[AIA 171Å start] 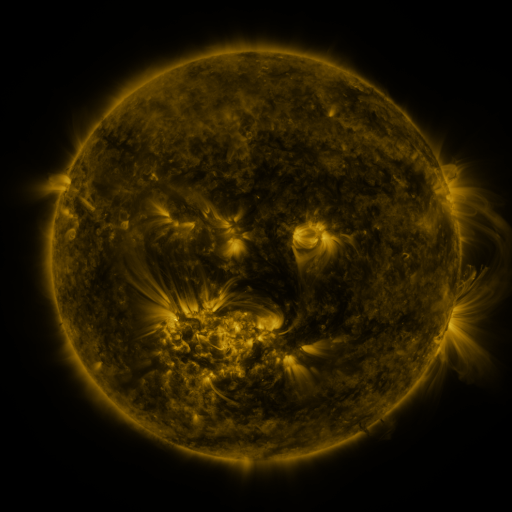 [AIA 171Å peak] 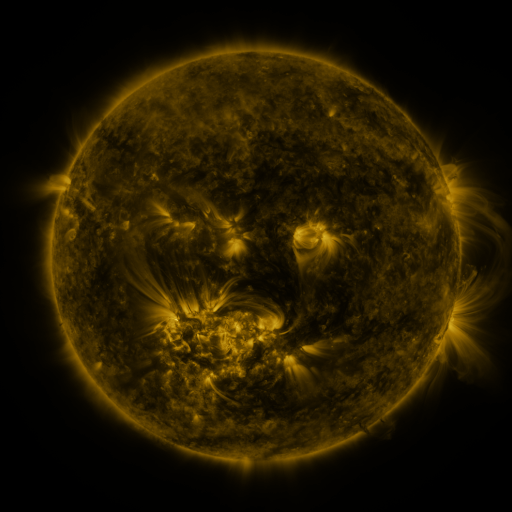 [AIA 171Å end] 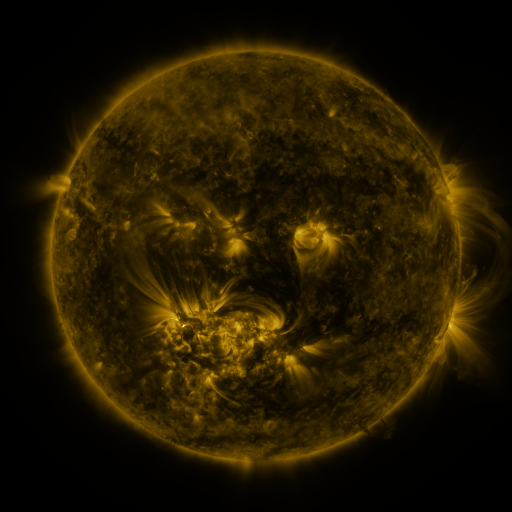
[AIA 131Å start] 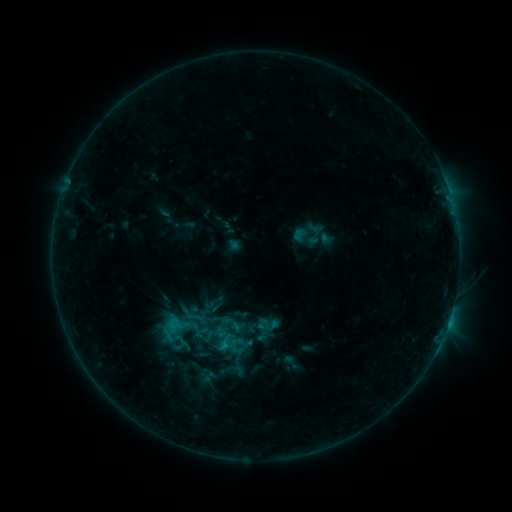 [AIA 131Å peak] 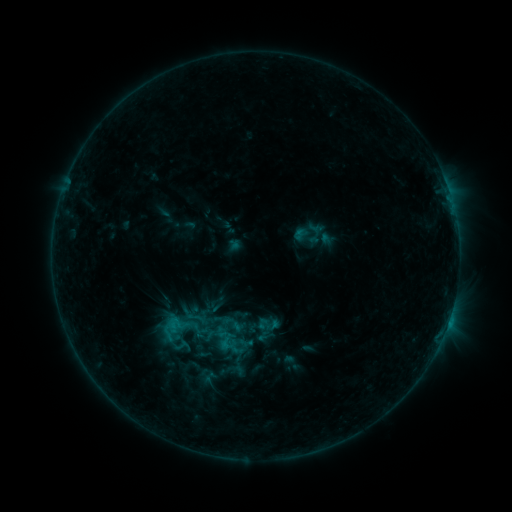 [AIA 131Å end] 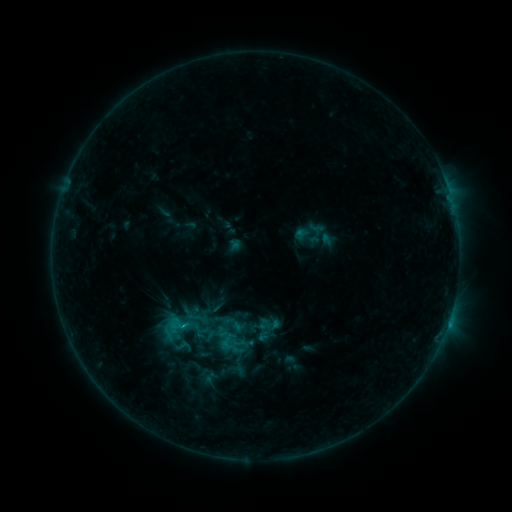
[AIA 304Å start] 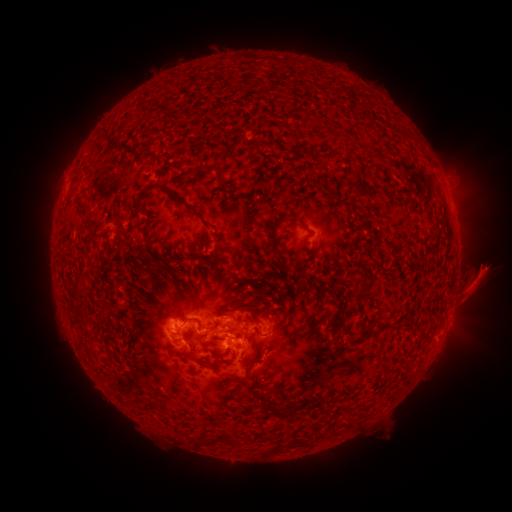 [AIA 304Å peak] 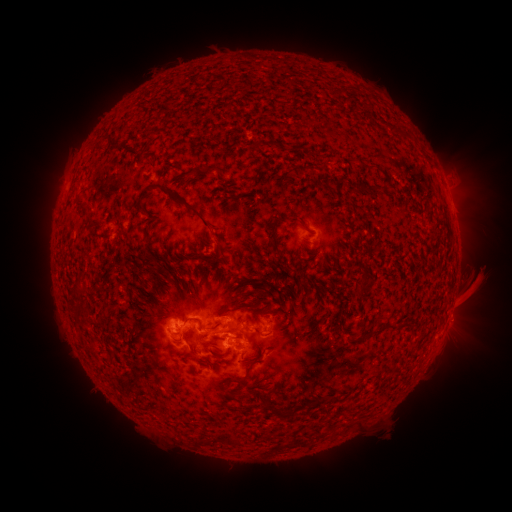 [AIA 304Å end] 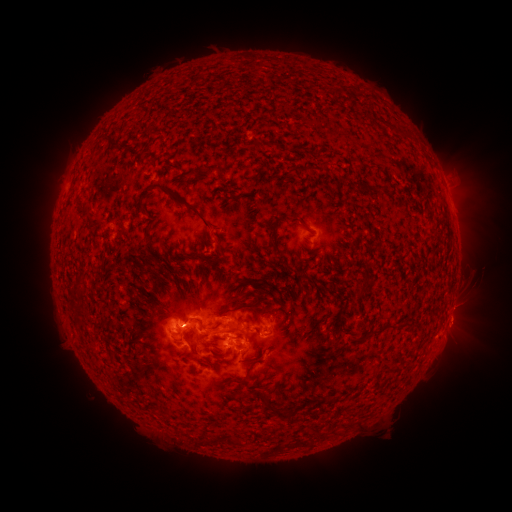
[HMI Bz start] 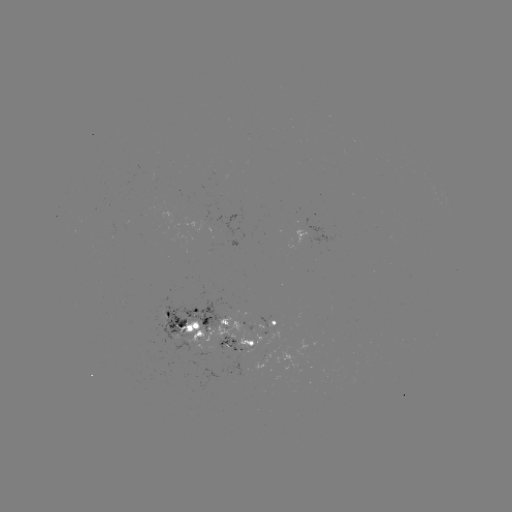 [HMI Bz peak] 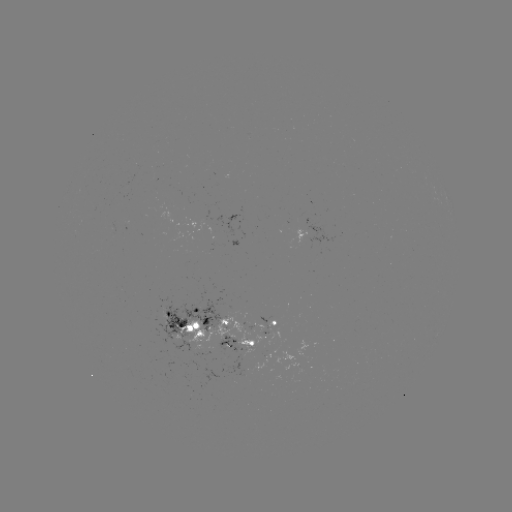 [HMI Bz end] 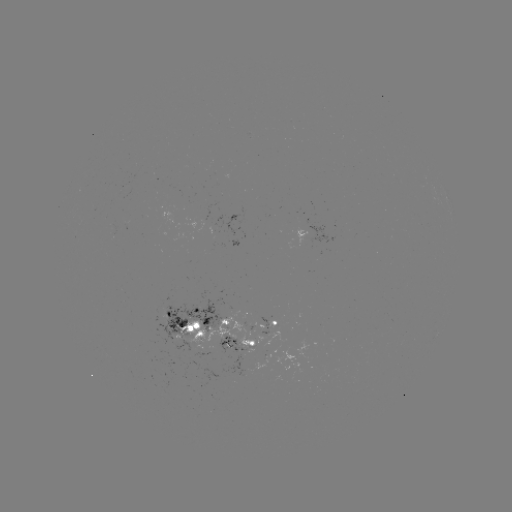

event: eruption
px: (476, 291)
